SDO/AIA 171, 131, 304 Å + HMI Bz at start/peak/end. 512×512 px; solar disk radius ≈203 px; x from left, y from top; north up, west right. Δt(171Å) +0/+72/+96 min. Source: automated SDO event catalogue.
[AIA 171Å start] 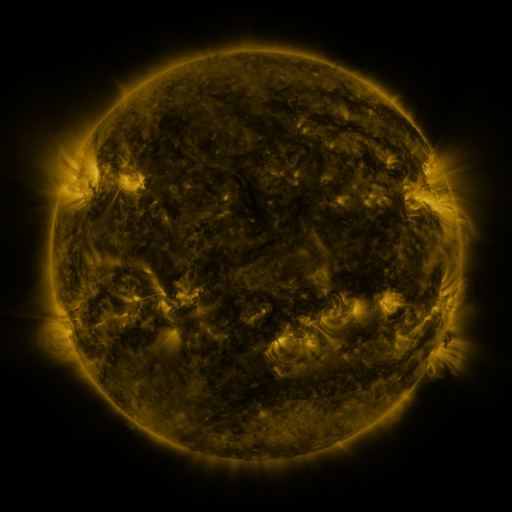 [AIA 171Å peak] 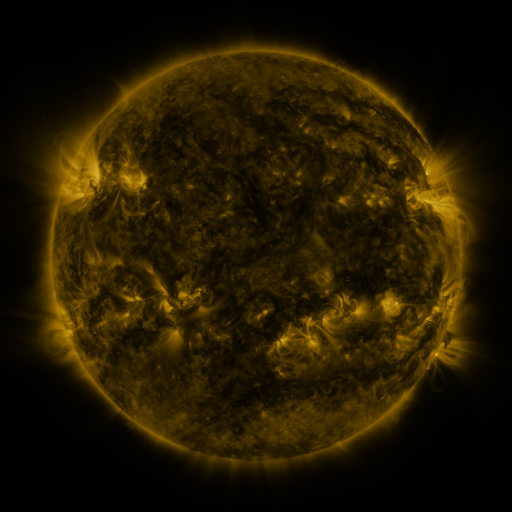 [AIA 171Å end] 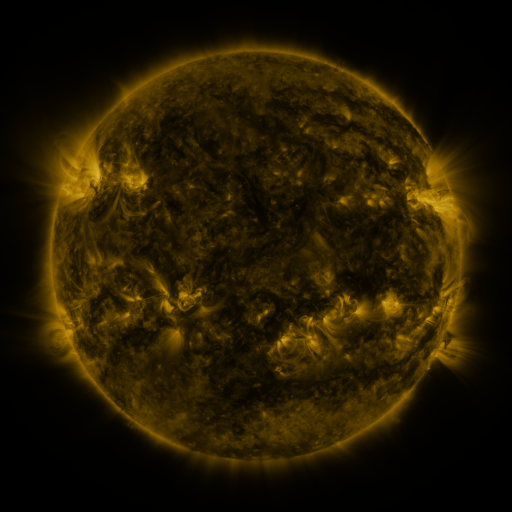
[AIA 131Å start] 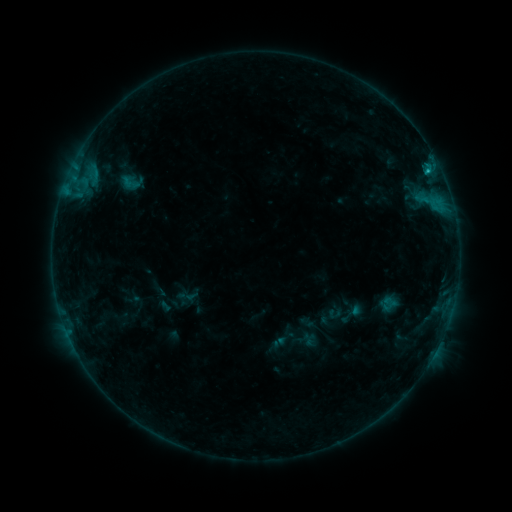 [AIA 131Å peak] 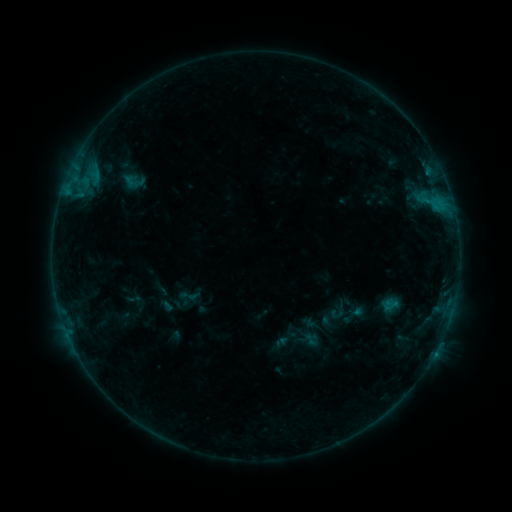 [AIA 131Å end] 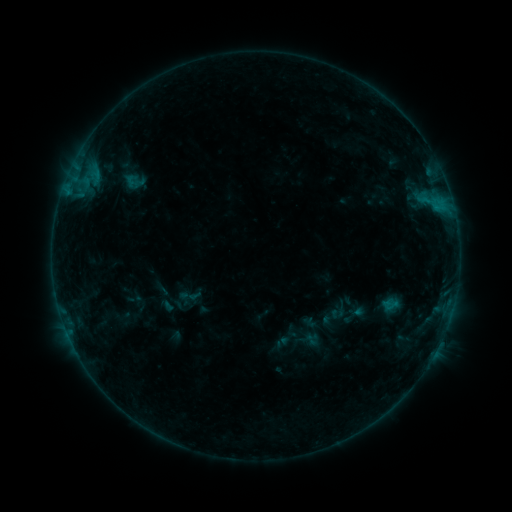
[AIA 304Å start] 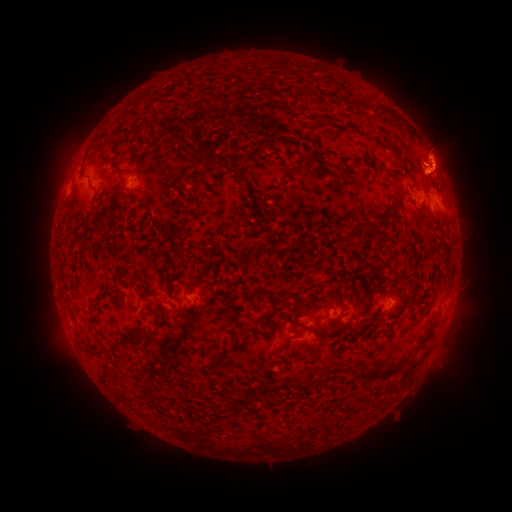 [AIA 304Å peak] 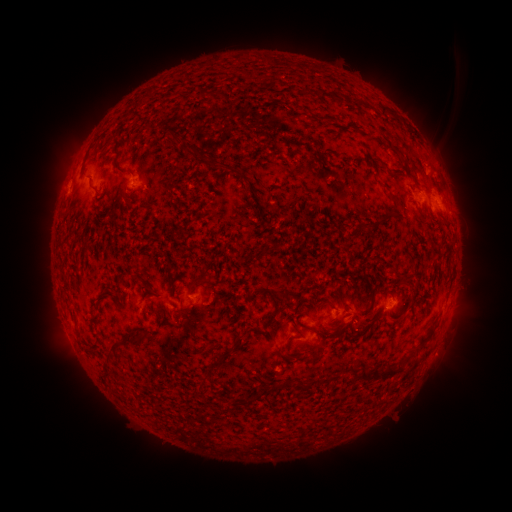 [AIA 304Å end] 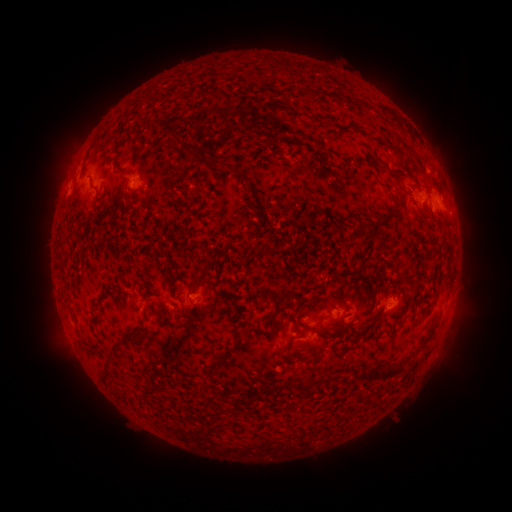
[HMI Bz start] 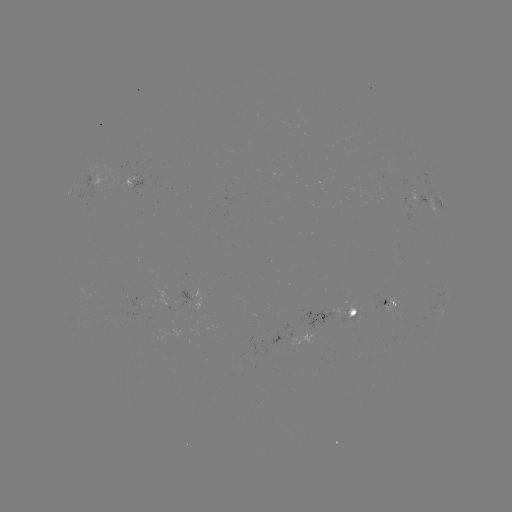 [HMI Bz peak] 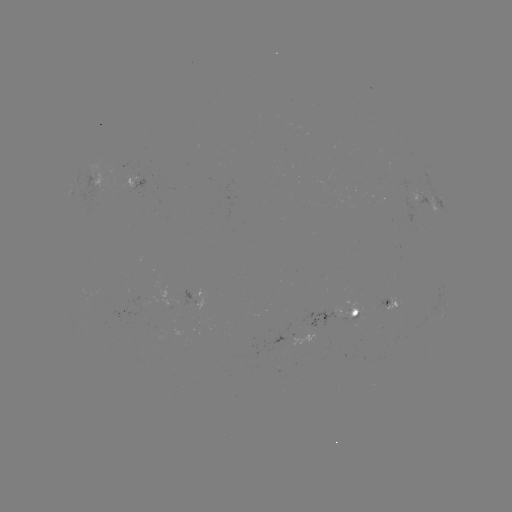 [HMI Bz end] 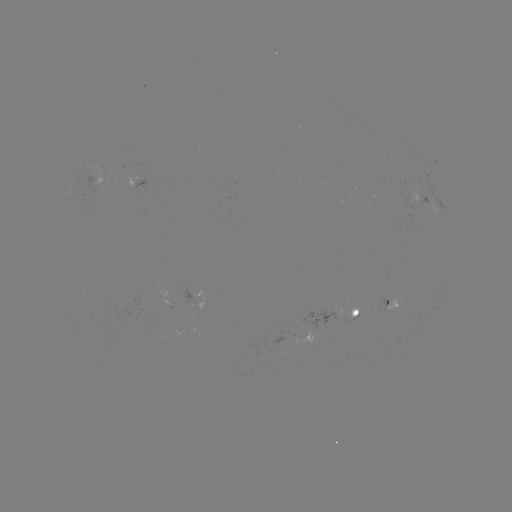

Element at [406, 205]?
emerging-flux region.